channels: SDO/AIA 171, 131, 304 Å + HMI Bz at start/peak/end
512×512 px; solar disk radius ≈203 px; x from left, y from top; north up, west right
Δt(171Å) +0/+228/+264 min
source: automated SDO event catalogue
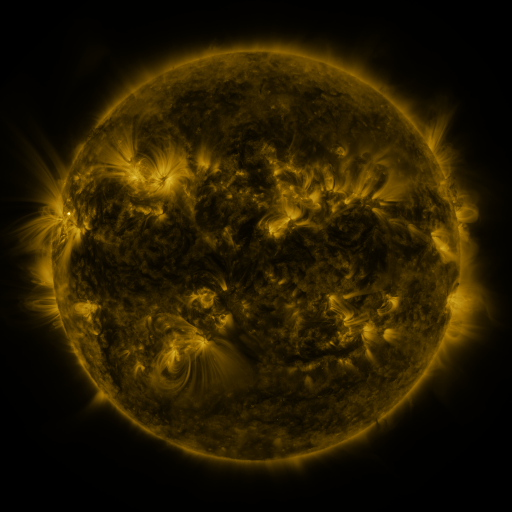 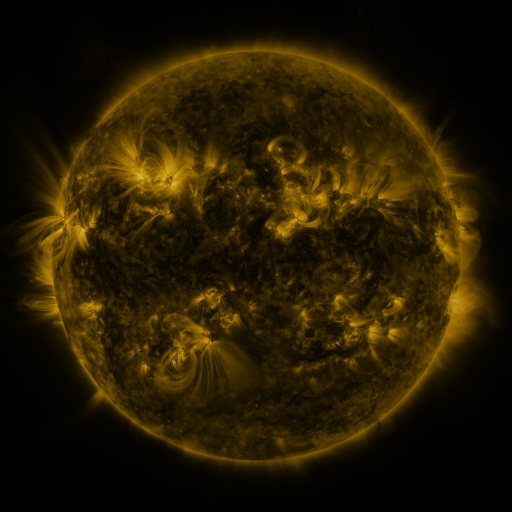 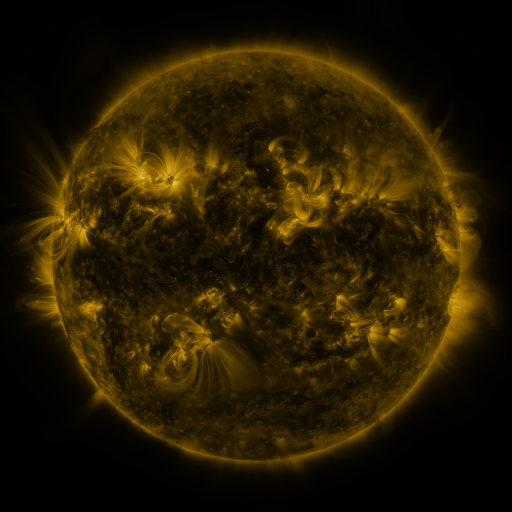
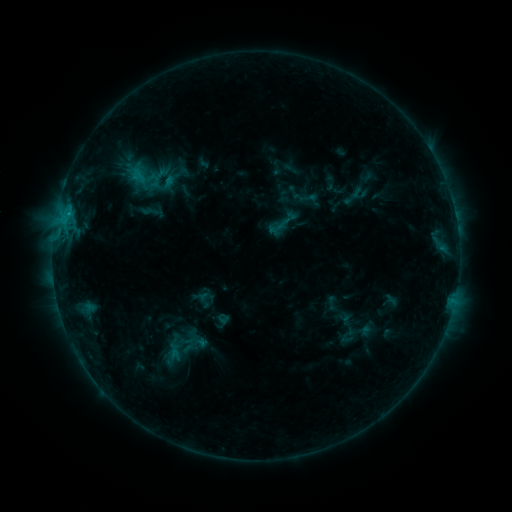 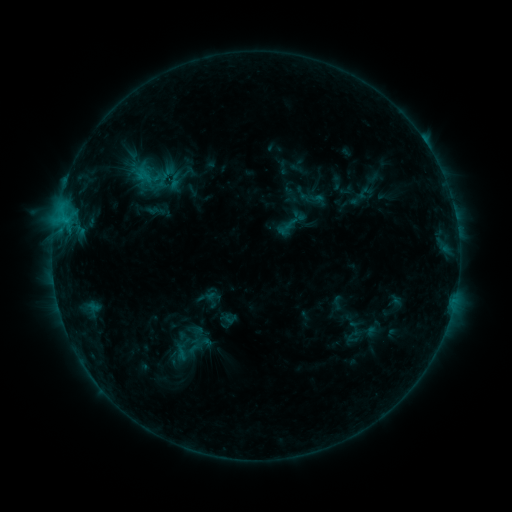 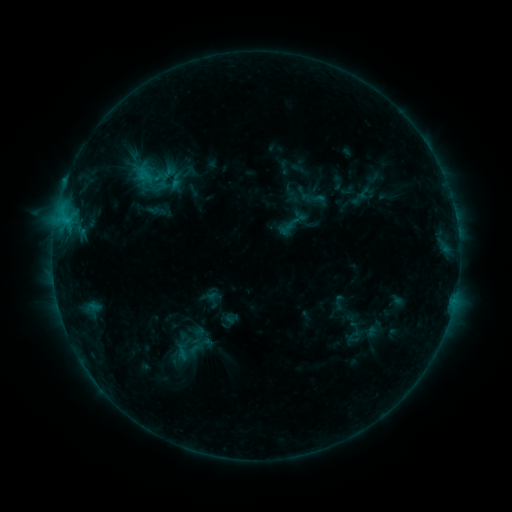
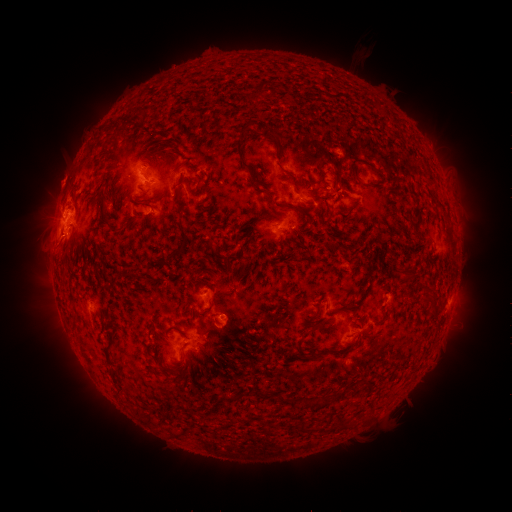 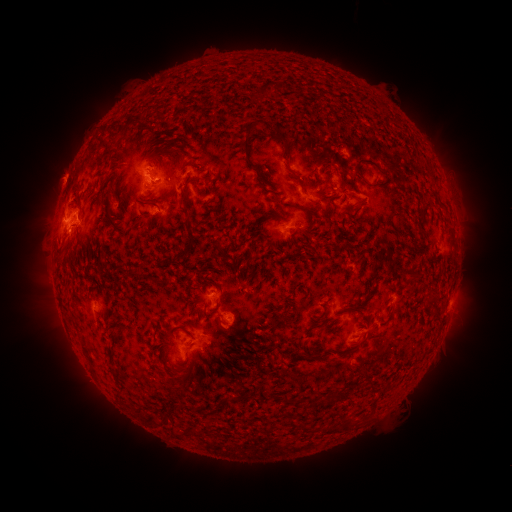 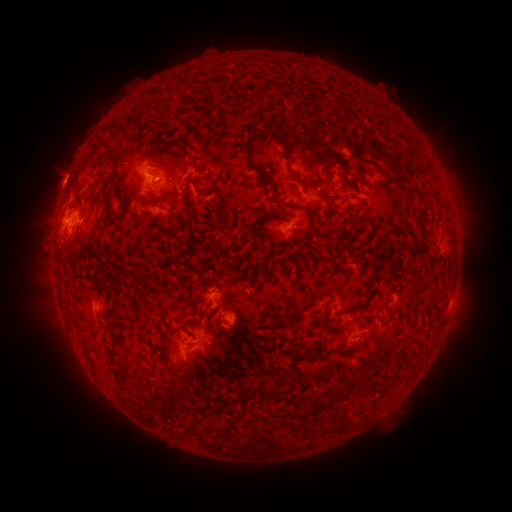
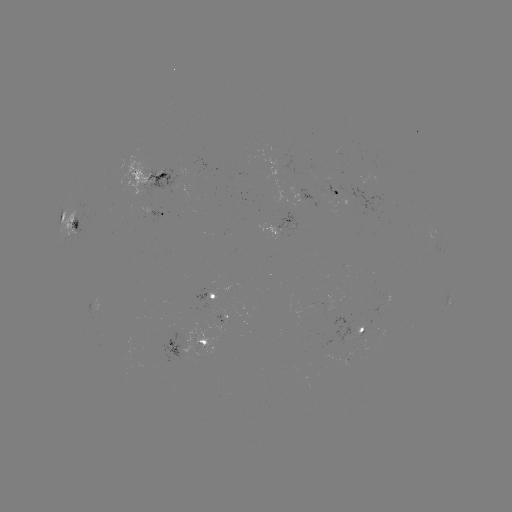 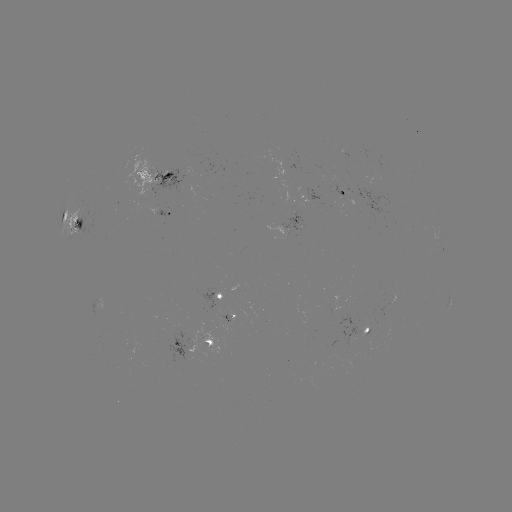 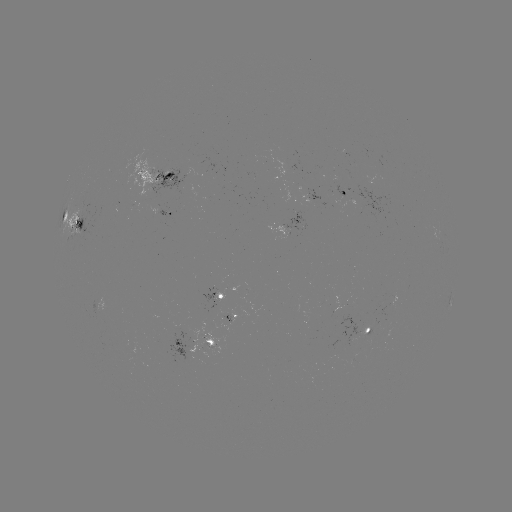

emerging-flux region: <bbox>215, 316, 230, 323</bbox>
